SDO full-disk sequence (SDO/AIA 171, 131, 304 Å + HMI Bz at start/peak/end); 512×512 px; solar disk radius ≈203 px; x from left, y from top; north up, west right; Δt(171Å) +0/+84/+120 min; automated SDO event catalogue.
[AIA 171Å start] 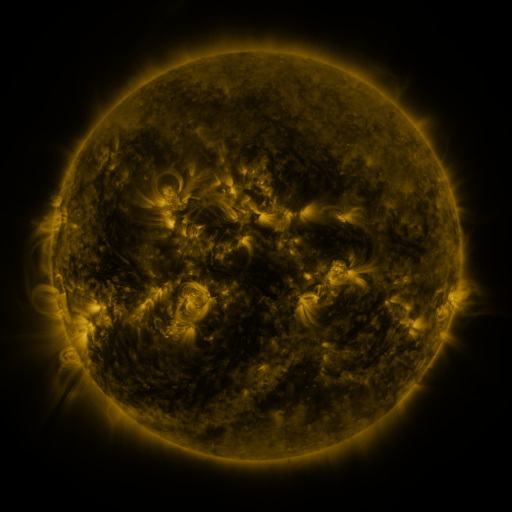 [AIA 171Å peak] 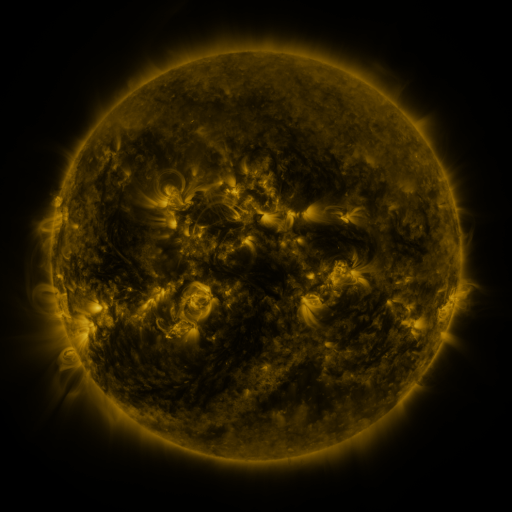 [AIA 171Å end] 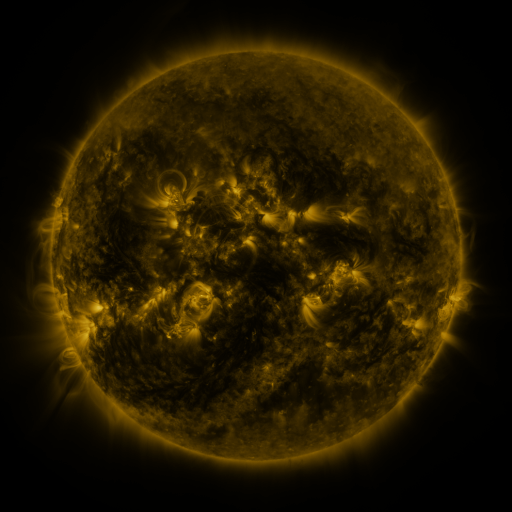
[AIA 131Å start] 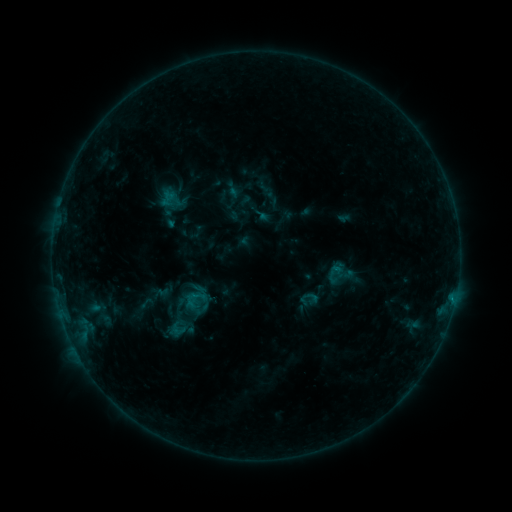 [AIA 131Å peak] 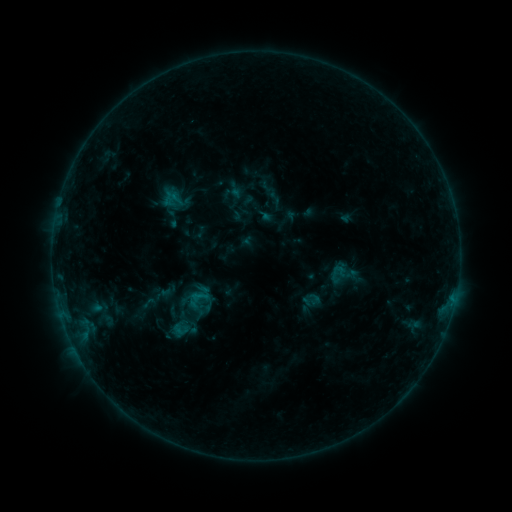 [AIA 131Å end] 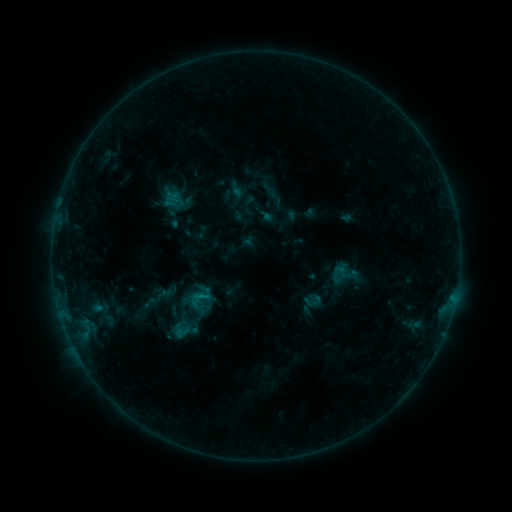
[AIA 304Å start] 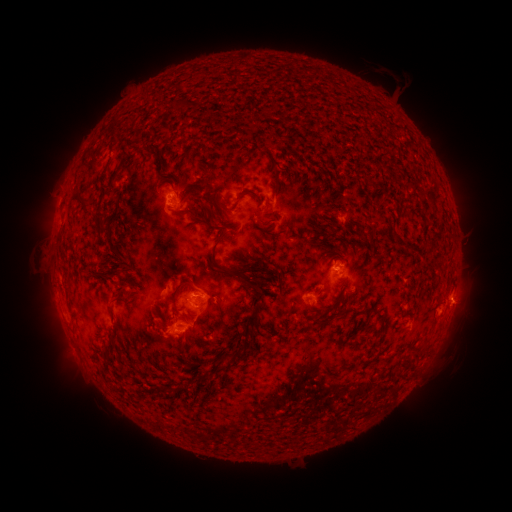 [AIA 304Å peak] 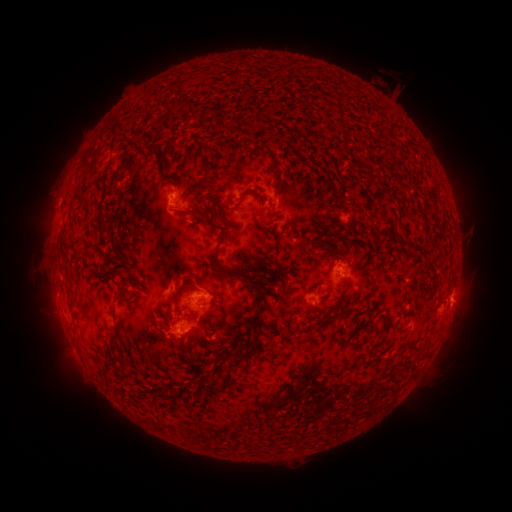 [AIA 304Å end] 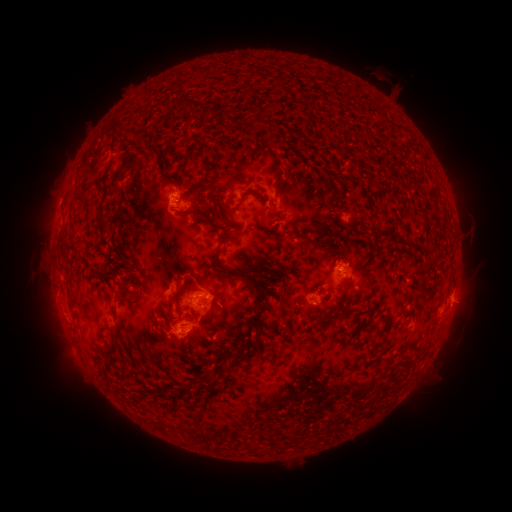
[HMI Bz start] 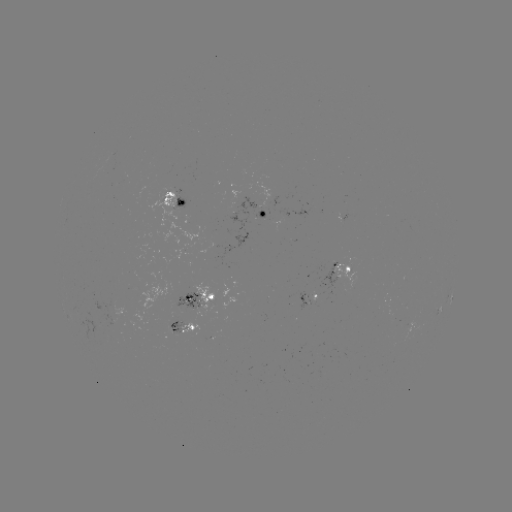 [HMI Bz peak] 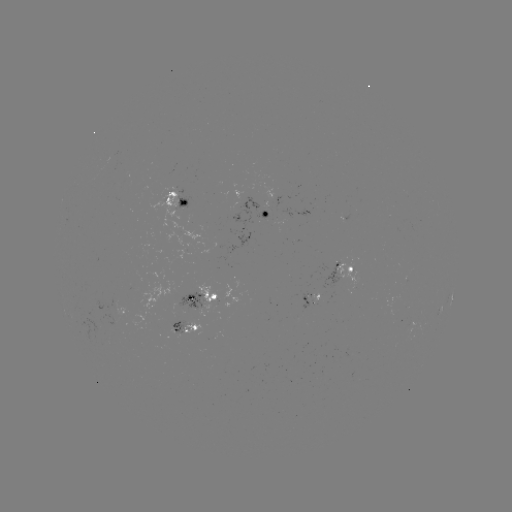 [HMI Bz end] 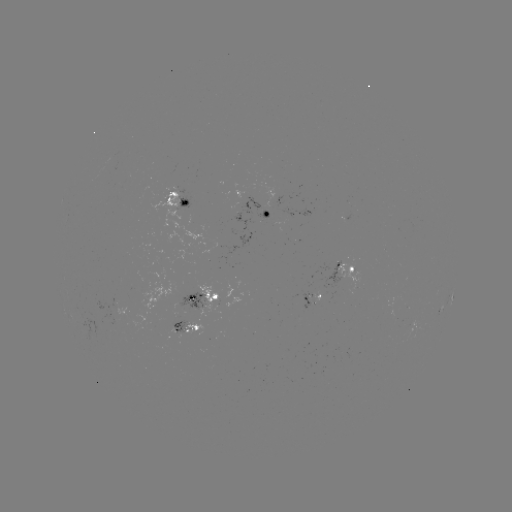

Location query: emerging-flux region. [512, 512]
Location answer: (178, 330).